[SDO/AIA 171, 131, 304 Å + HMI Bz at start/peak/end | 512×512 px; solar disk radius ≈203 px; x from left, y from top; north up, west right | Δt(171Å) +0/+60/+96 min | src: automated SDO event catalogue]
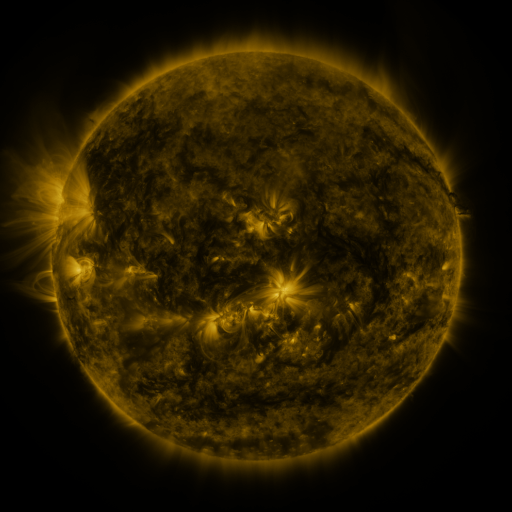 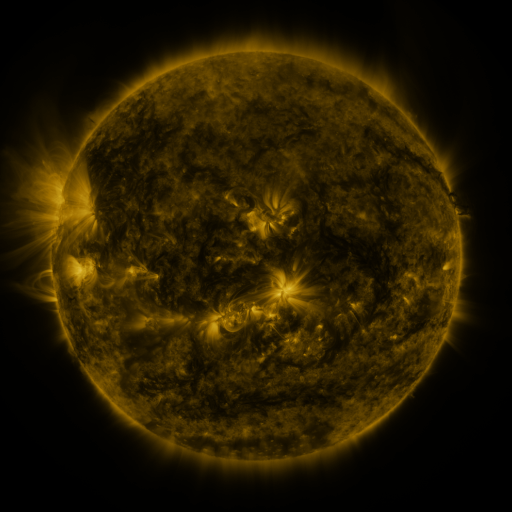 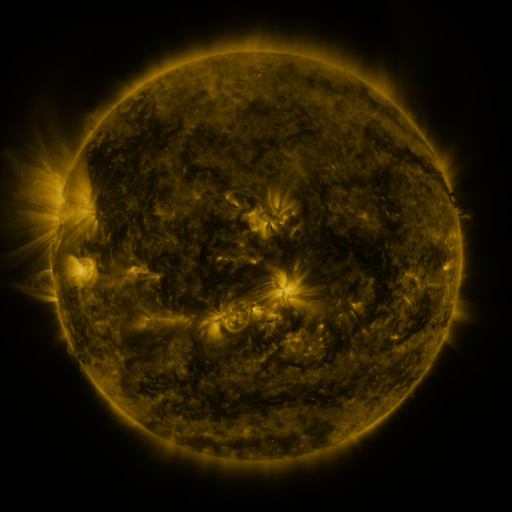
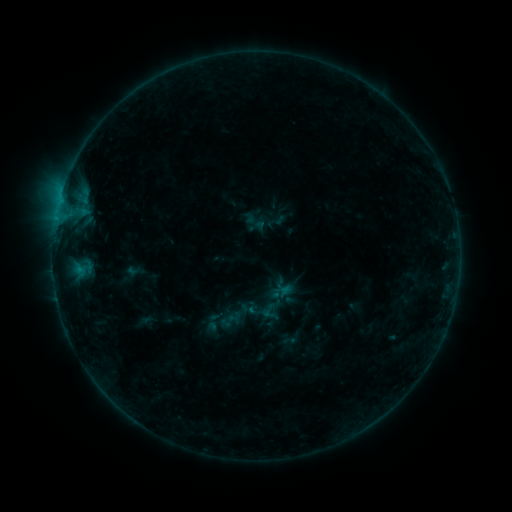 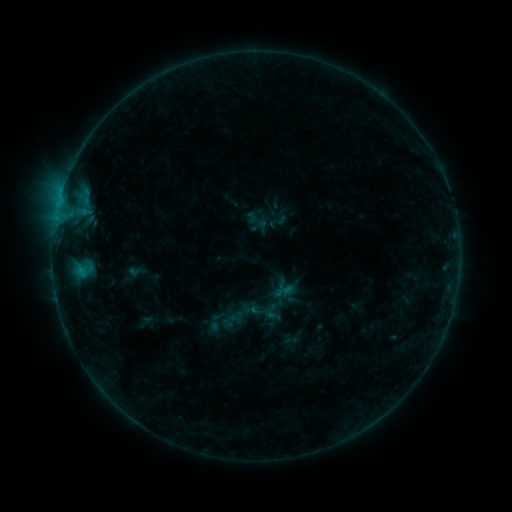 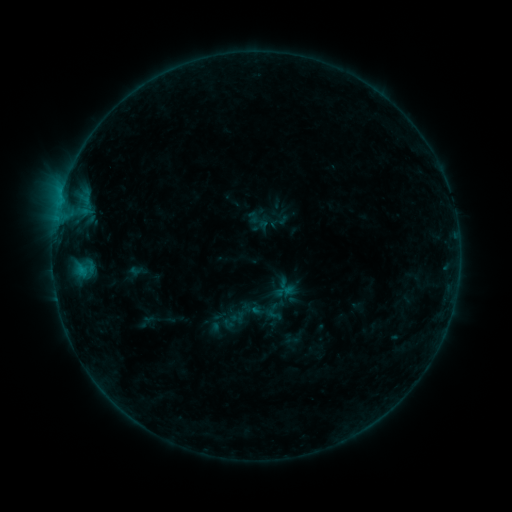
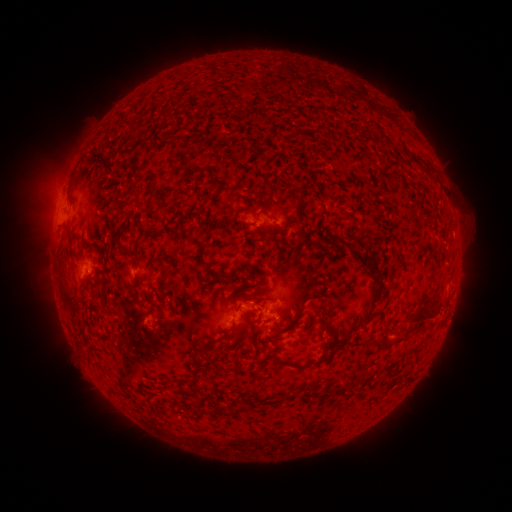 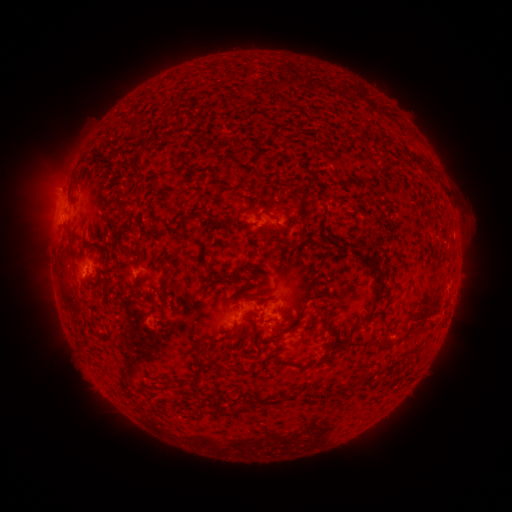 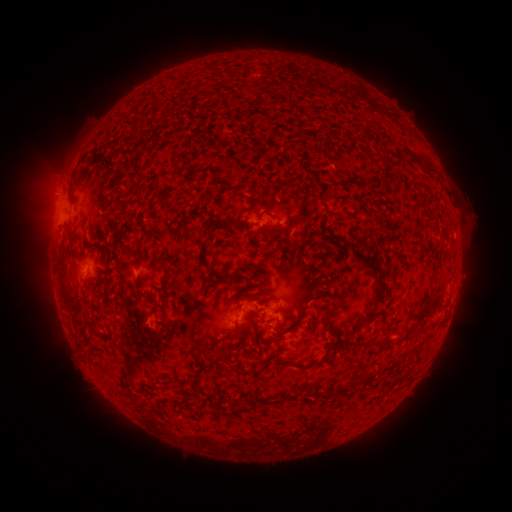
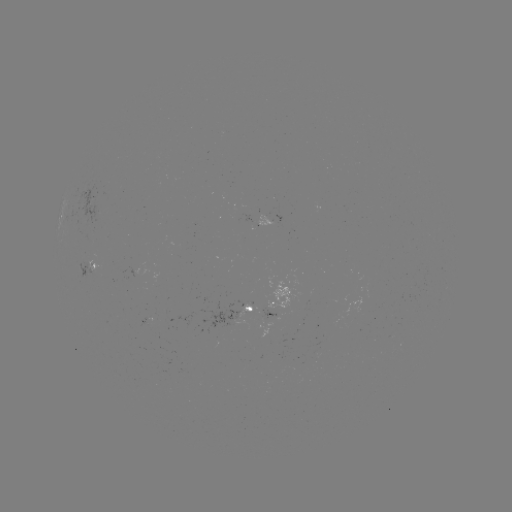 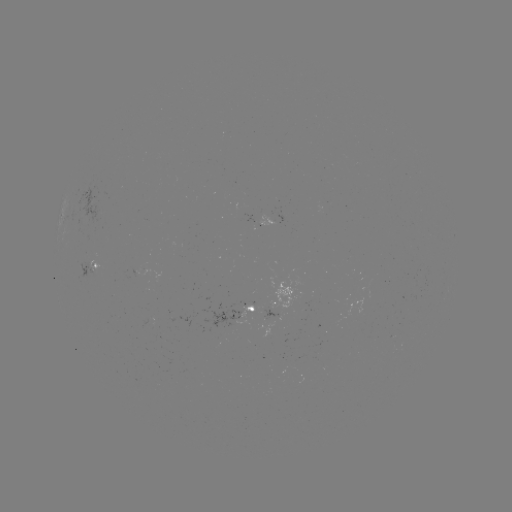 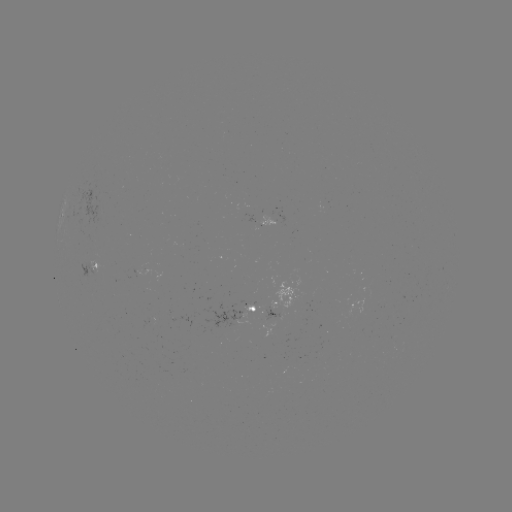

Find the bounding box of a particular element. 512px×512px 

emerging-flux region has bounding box [300, 308, 311, 311].